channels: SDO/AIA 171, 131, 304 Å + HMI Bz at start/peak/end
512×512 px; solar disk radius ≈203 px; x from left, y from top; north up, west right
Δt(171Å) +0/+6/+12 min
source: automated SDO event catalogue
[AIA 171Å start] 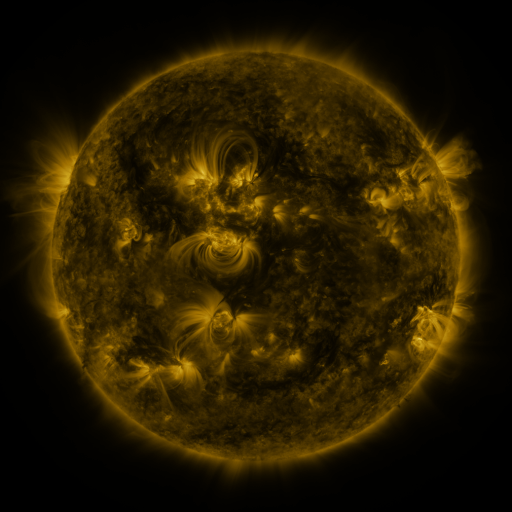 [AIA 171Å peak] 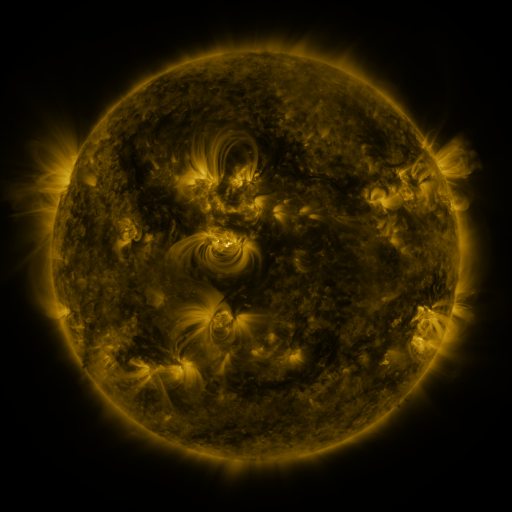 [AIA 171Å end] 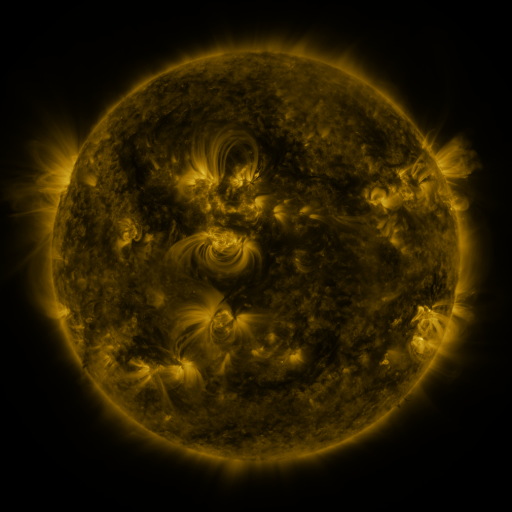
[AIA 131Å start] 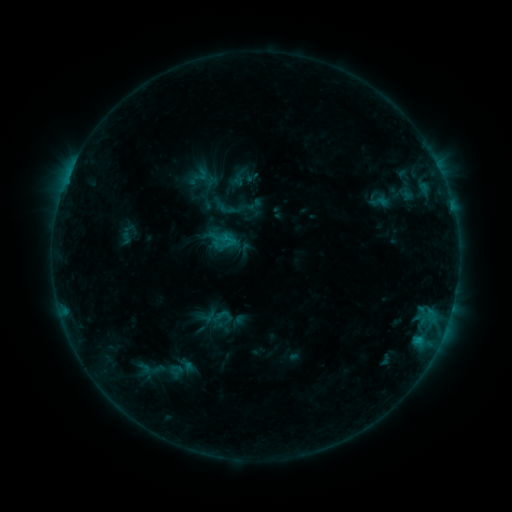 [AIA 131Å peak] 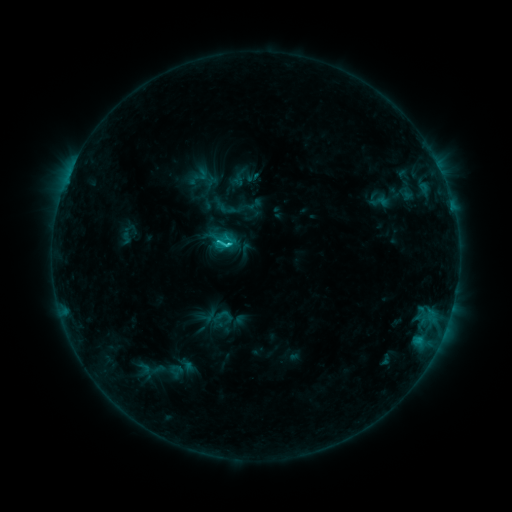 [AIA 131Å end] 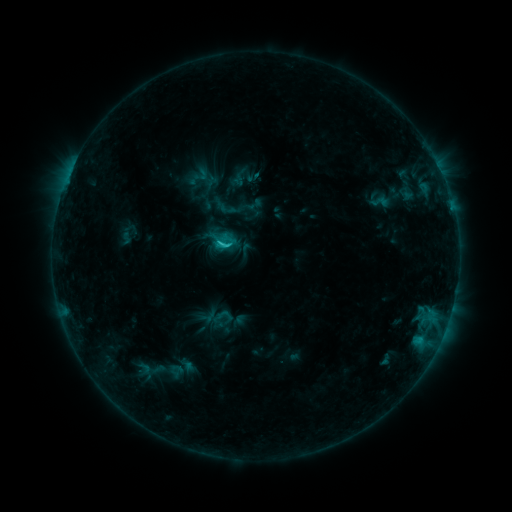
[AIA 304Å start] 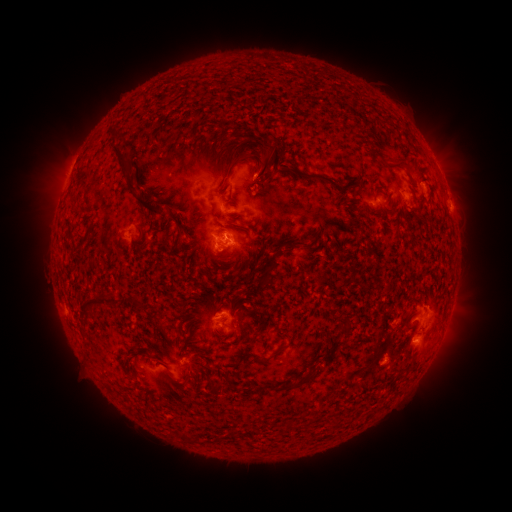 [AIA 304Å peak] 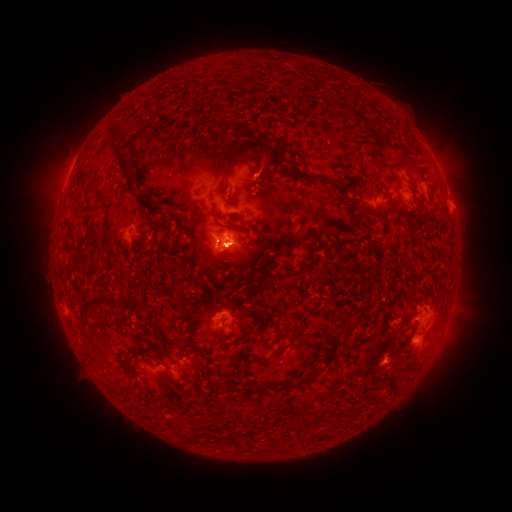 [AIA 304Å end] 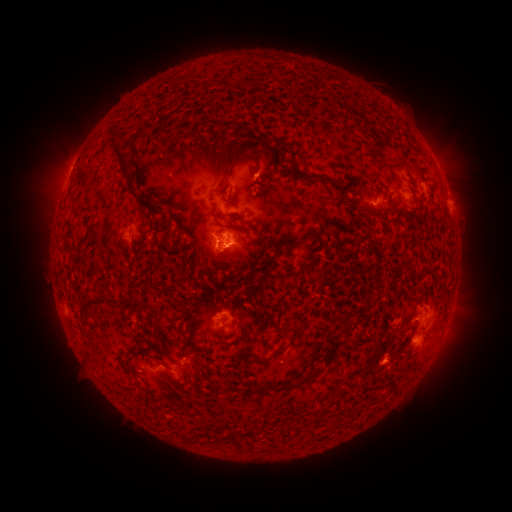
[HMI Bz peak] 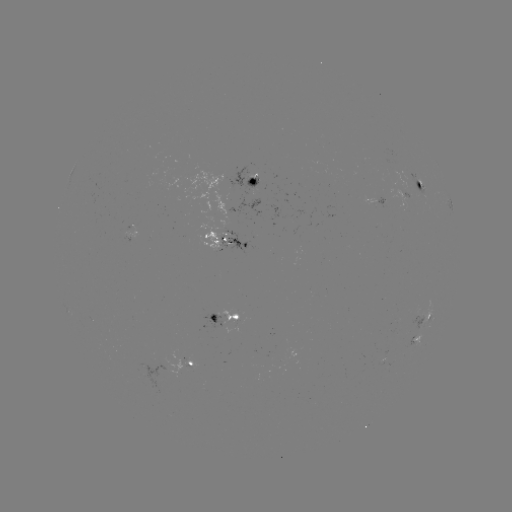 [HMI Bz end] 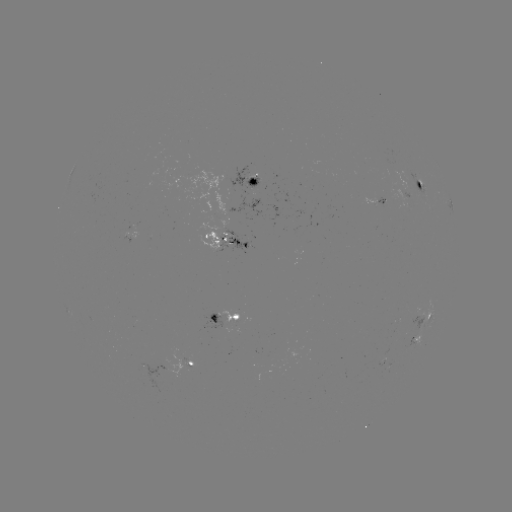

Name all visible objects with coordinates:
C2.0 flare: (227, 248)
